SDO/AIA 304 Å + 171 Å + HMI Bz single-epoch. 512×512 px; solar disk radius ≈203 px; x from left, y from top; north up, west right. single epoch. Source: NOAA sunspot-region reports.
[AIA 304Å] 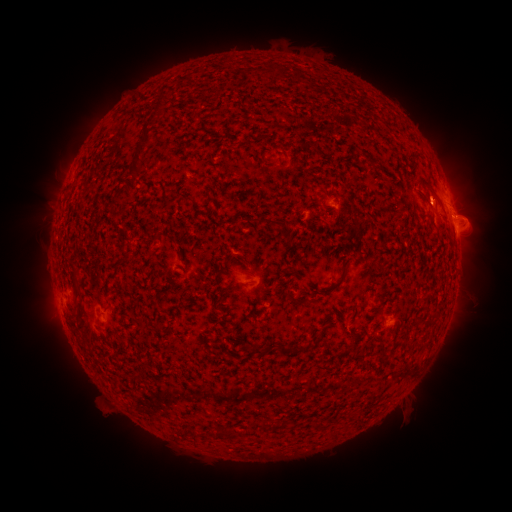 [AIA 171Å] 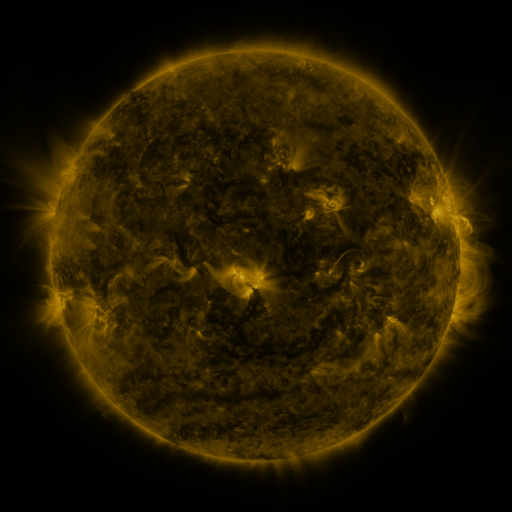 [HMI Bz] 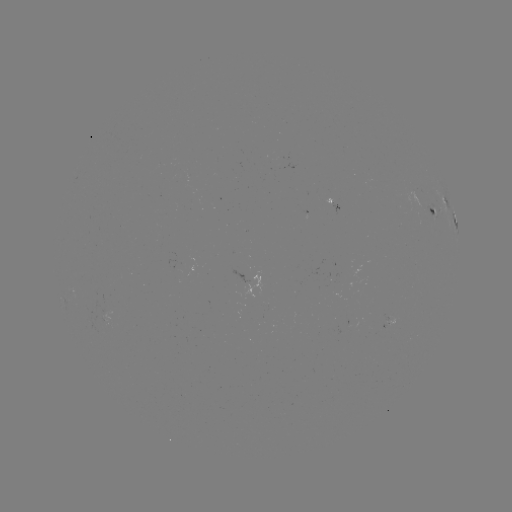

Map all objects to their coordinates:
spotted active region: (444, 200)
spotted active region: (338, 205)
spotted active region: (437, 210)
spotted active region: (455, 222)
